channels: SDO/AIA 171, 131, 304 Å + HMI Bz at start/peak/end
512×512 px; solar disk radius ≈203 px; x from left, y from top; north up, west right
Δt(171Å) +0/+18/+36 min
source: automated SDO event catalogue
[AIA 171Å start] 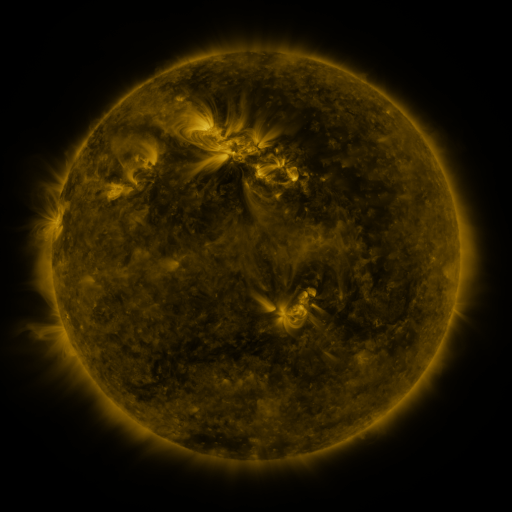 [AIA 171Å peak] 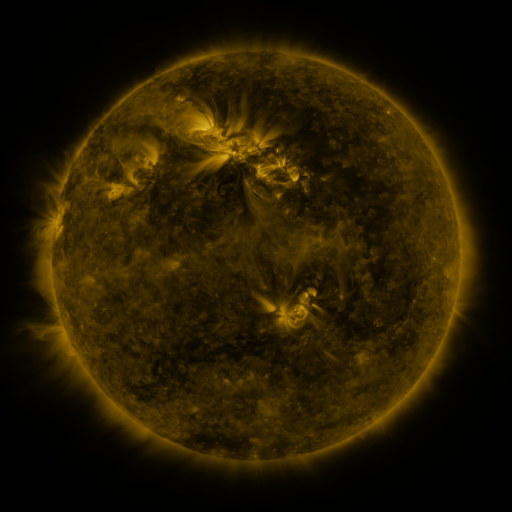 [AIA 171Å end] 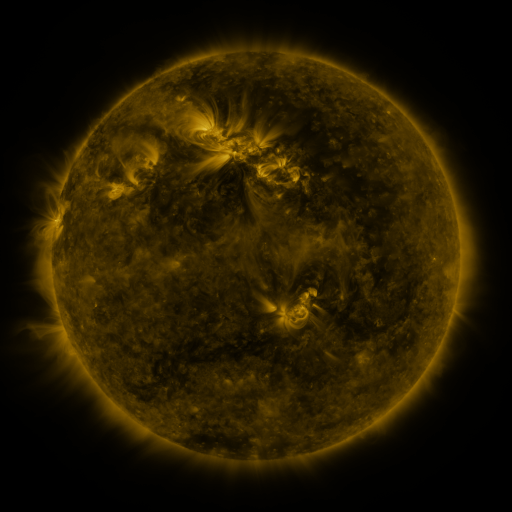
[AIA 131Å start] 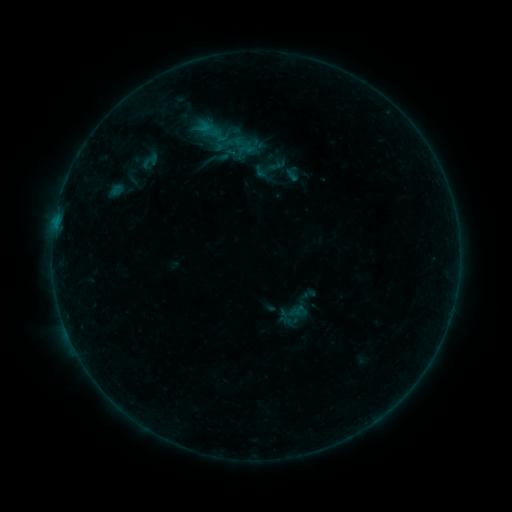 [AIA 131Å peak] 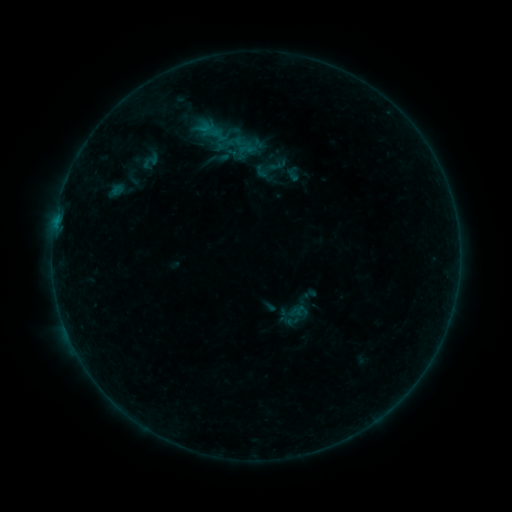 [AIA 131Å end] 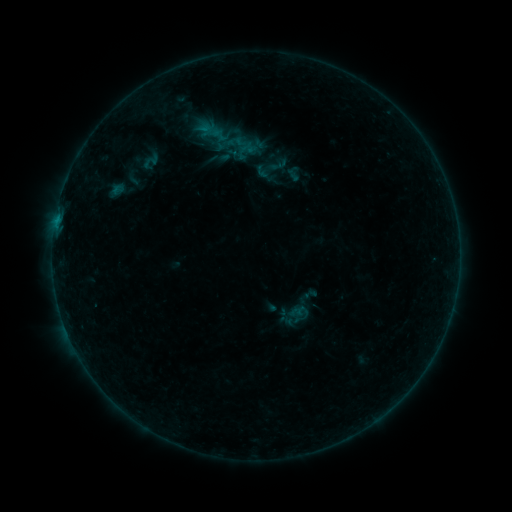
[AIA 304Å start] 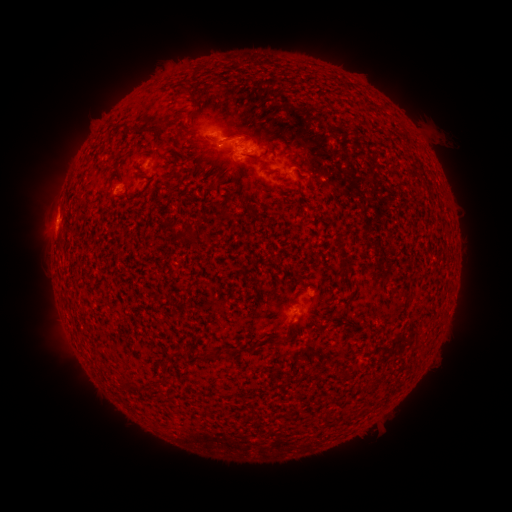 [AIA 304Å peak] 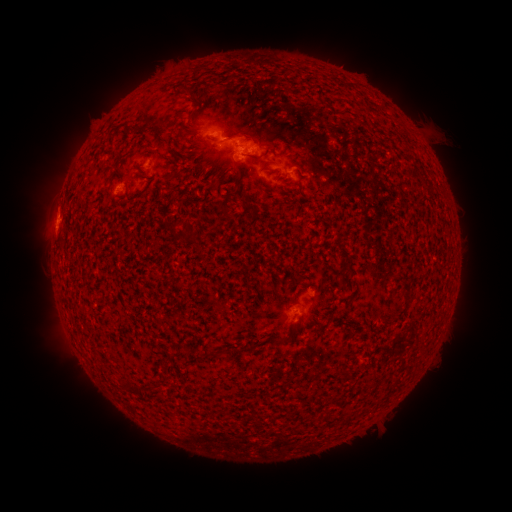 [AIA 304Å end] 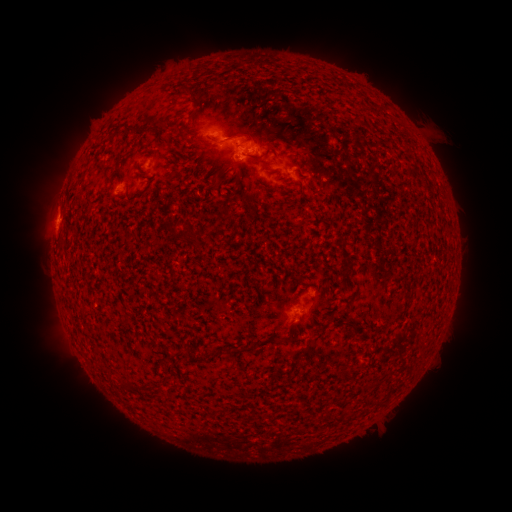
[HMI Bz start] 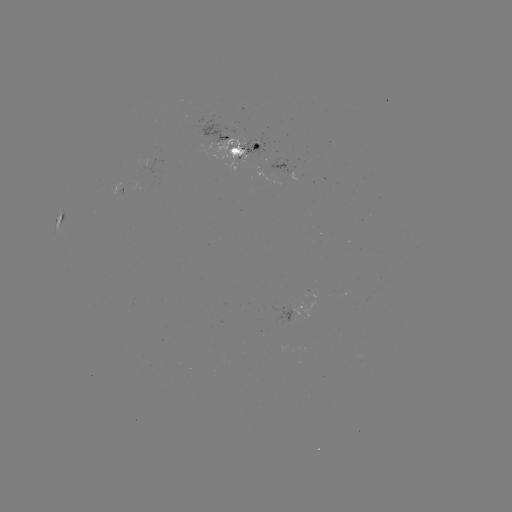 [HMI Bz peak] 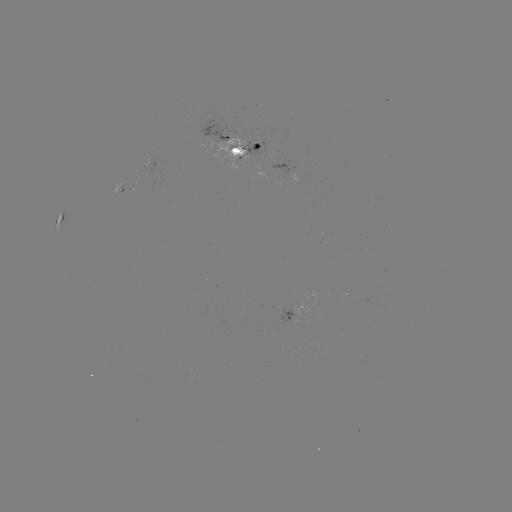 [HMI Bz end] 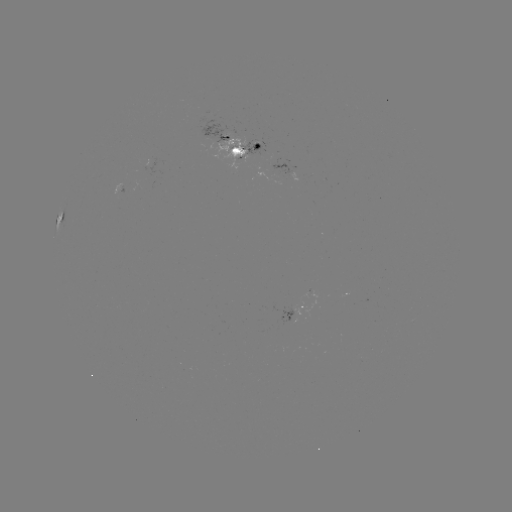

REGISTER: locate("emerging-flux region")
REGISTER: [239, 152]